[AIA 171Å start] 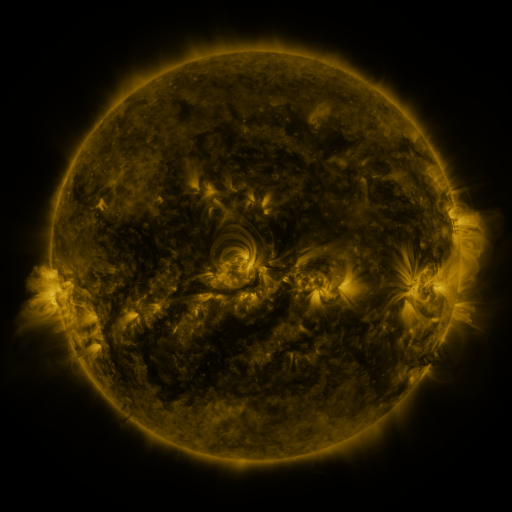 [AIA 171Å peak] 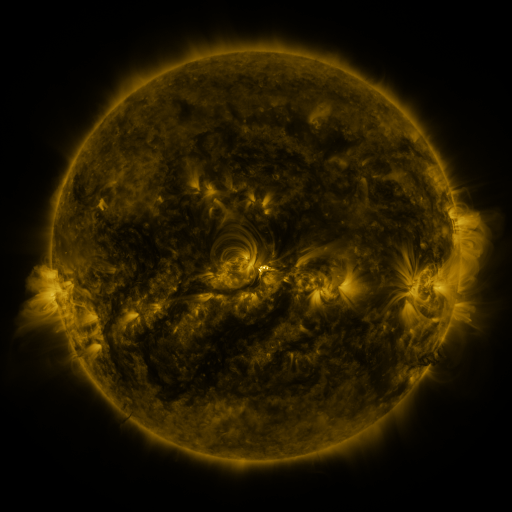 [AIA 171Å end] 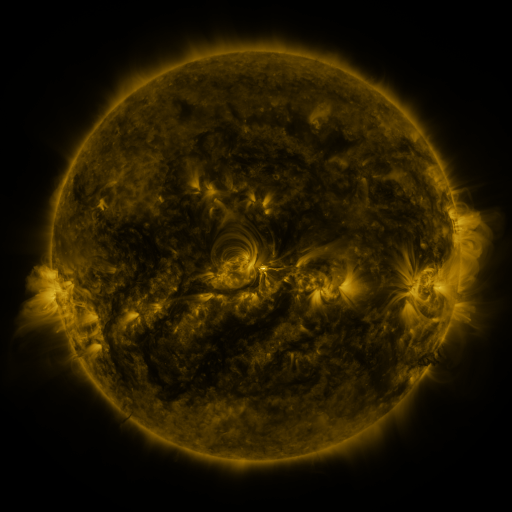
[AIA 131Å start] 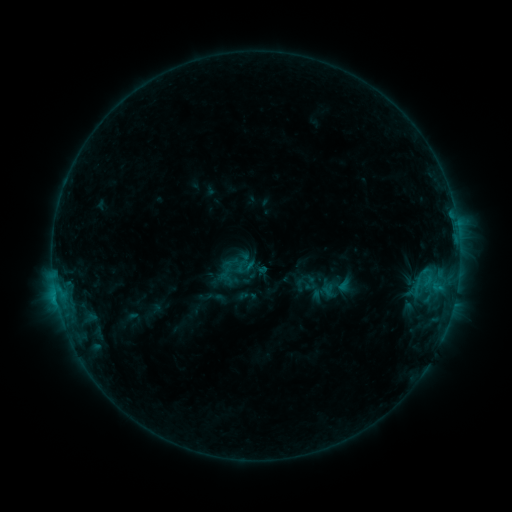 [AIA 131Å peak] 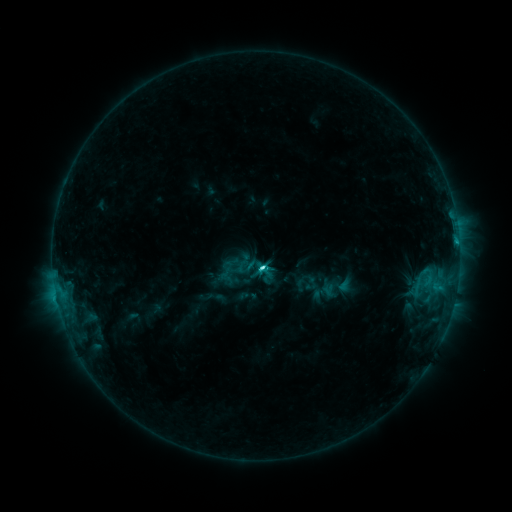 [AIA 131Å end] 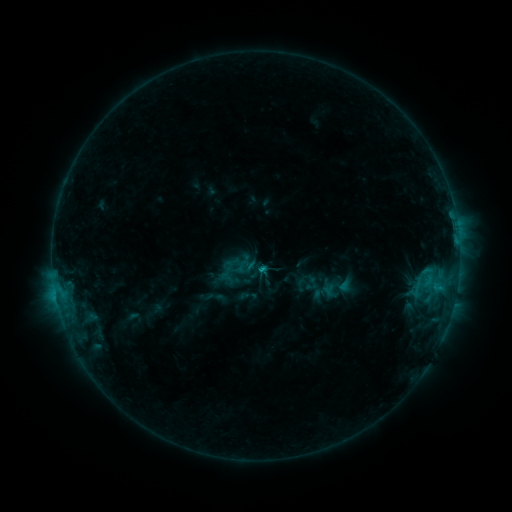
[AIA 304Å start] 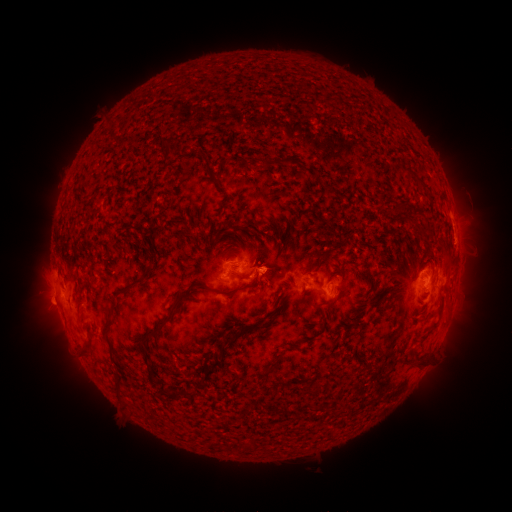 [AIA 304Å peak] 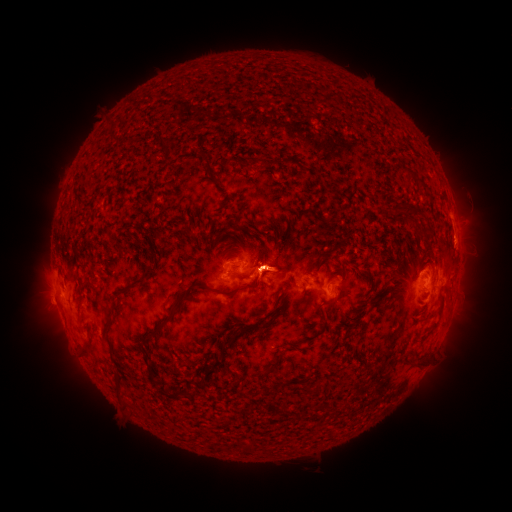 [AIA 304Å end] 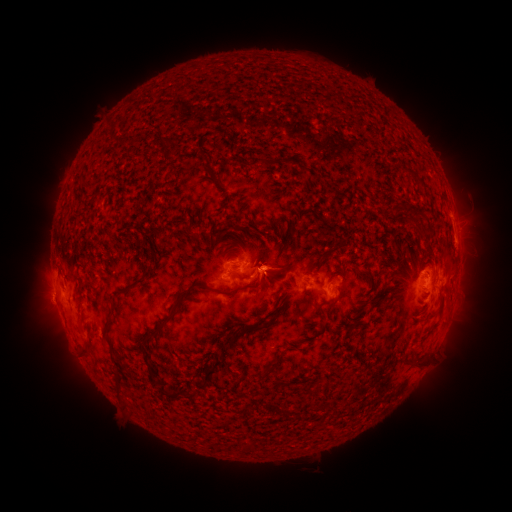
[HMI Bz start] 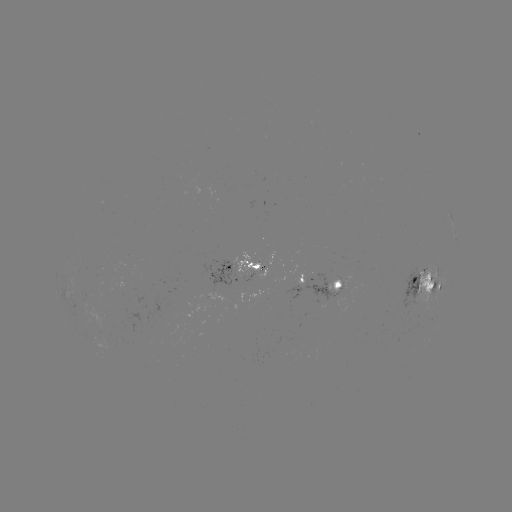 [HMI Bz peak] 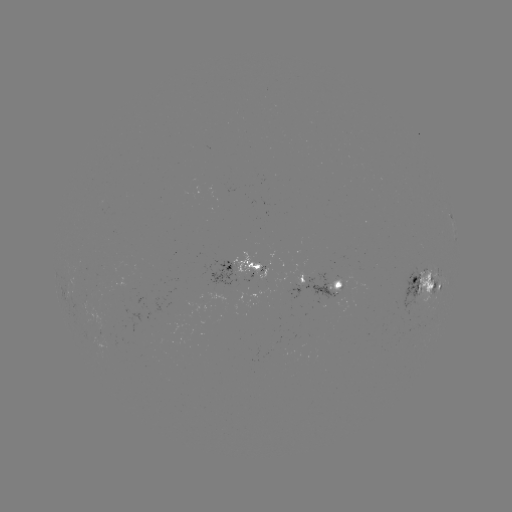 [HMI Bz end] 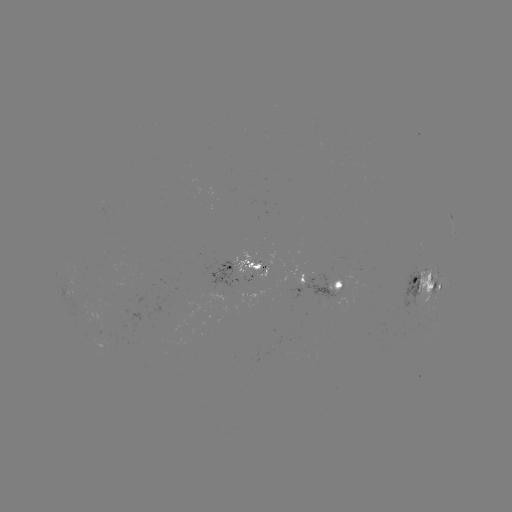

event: eruption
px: (276, 273)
